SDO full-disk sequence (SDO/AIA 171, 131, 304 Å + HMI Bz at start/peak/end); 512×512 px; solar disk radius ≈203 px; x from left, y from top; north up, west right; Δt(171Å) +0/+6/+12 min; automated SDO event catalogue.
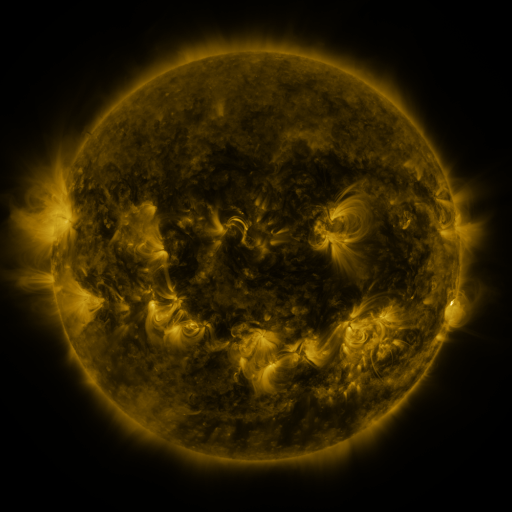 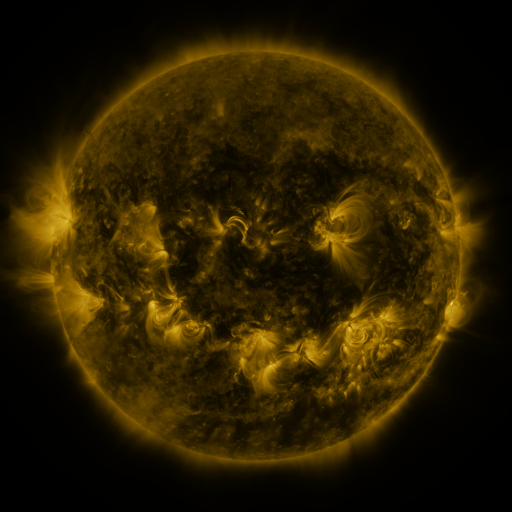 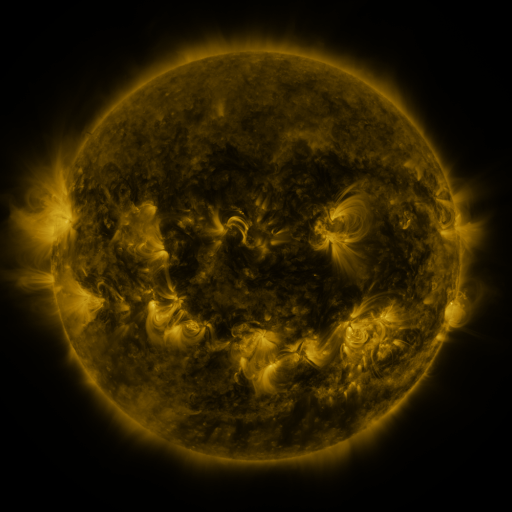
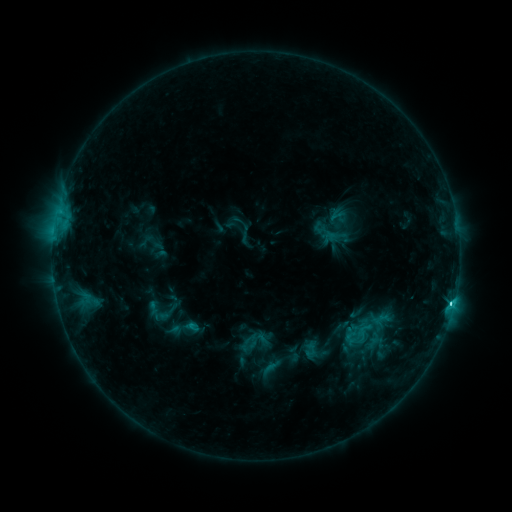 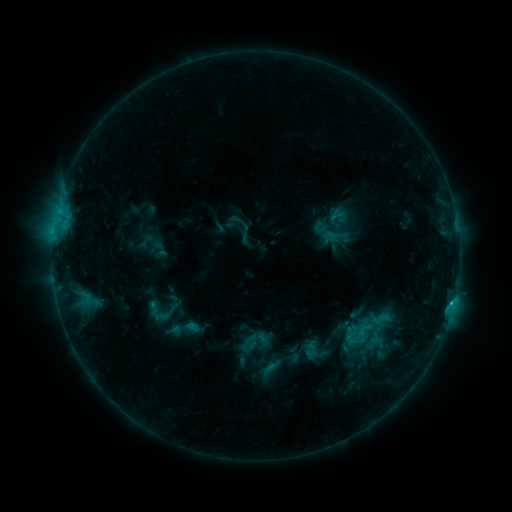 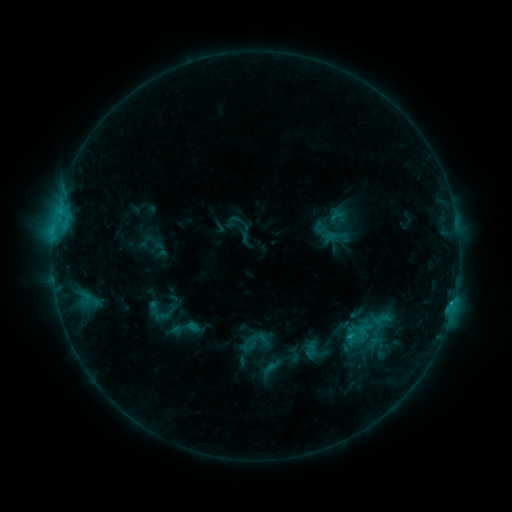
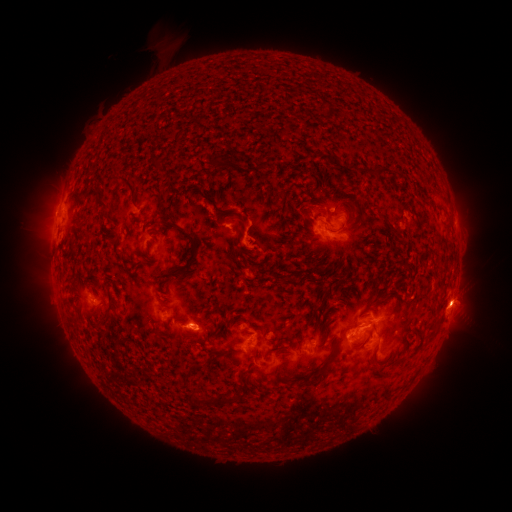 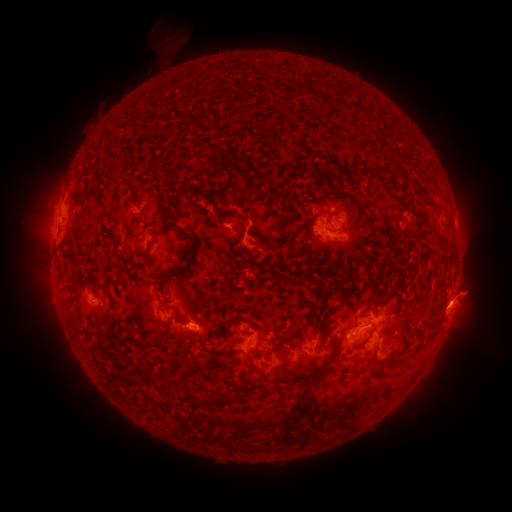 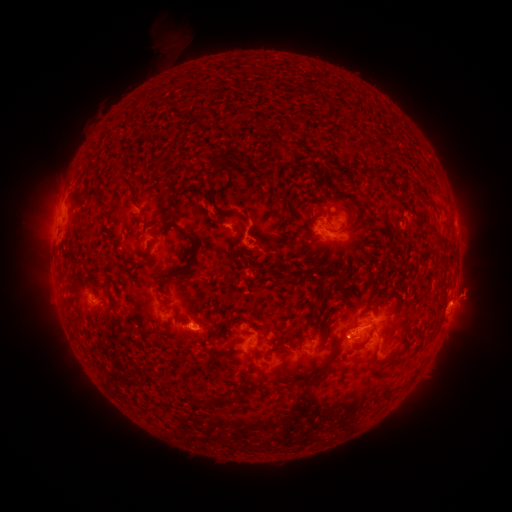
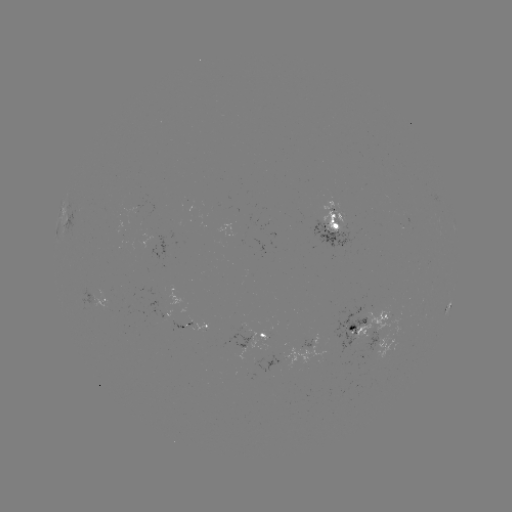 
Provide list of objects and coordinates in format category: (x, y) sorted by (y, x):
eruption: (475, 289)
